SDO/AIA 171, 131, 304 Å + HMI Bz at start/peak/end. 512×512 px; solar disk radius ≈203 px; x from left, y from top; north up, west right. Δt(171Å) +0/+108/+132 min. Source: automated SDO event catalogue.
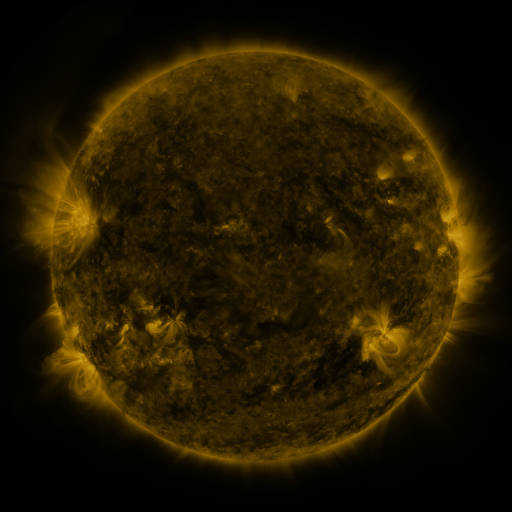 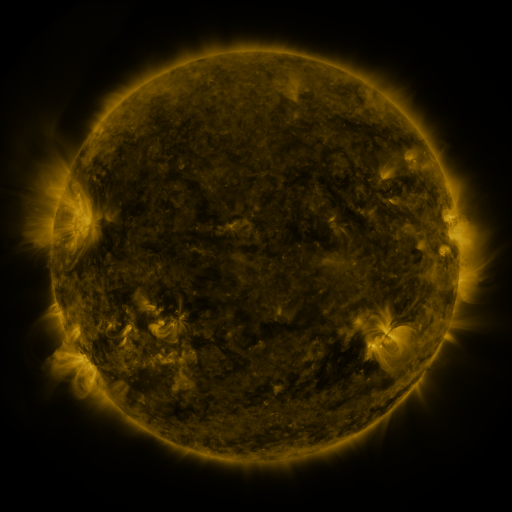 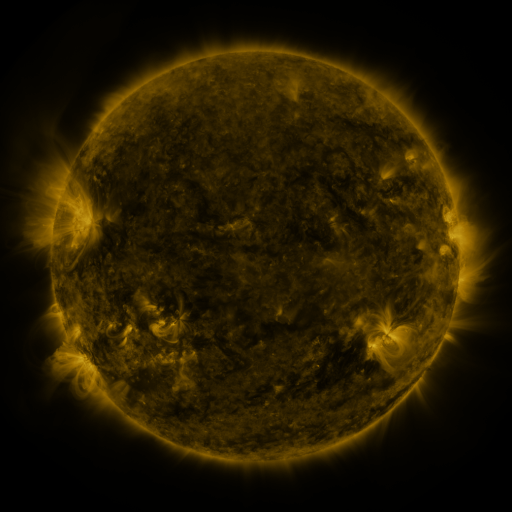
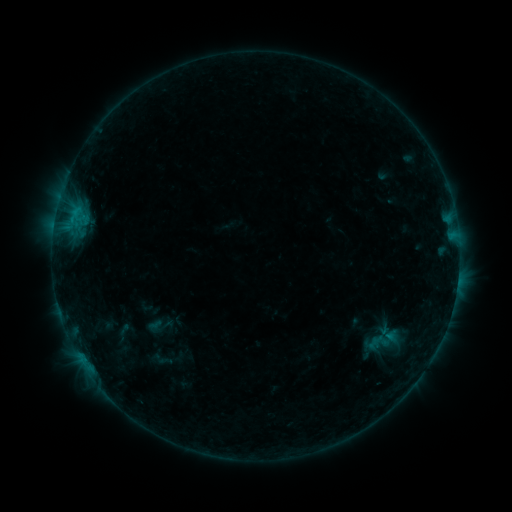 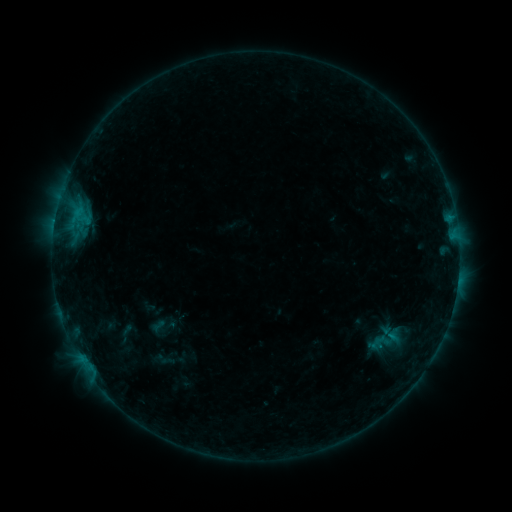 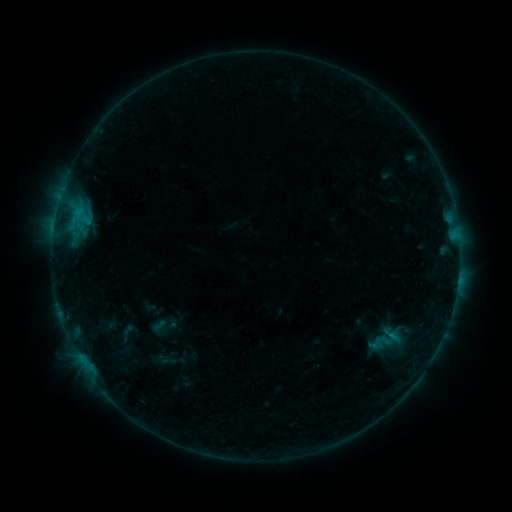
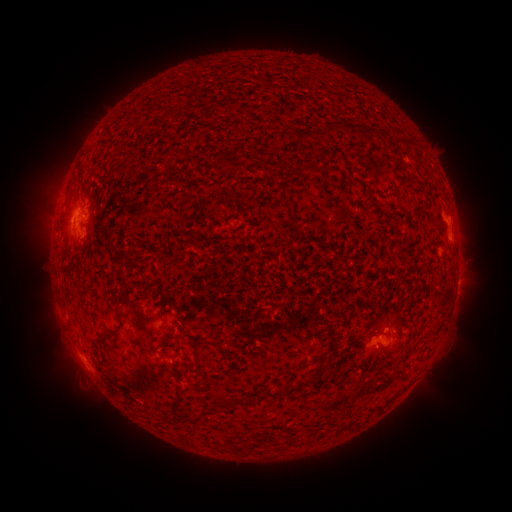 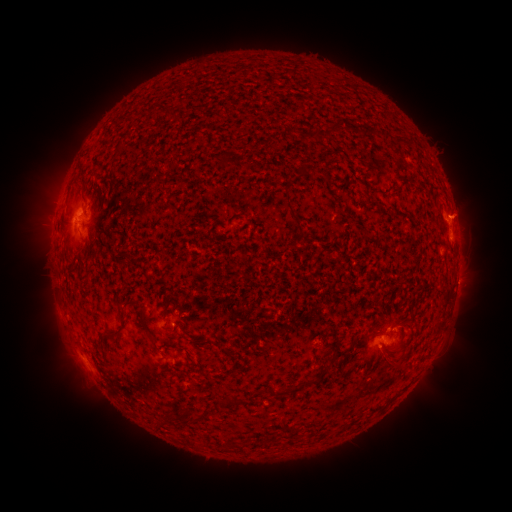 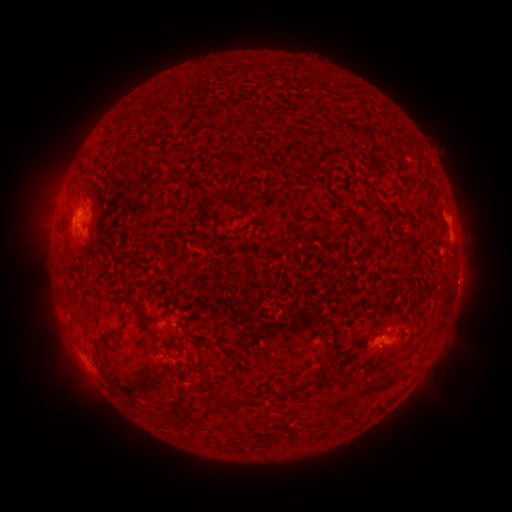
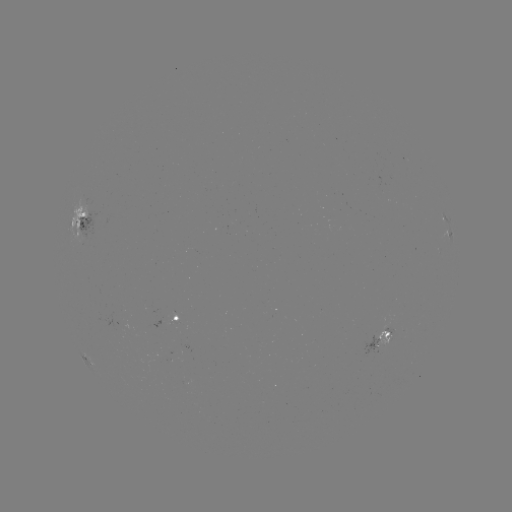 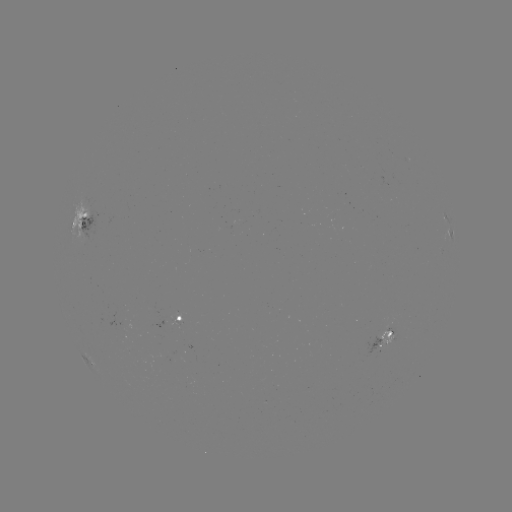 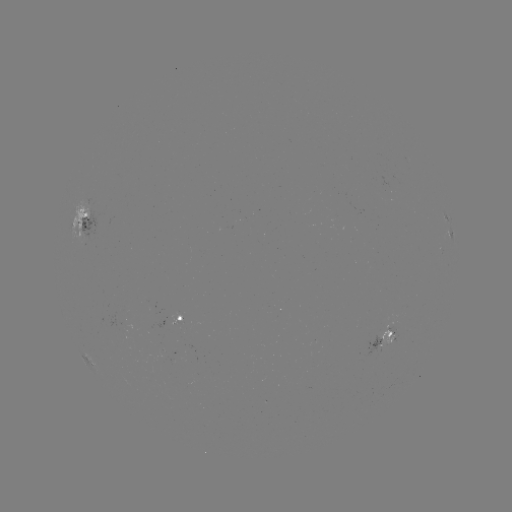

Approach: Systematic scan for emerging-flux region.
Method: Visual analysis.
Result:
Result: emerging-flux region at [390, 337].